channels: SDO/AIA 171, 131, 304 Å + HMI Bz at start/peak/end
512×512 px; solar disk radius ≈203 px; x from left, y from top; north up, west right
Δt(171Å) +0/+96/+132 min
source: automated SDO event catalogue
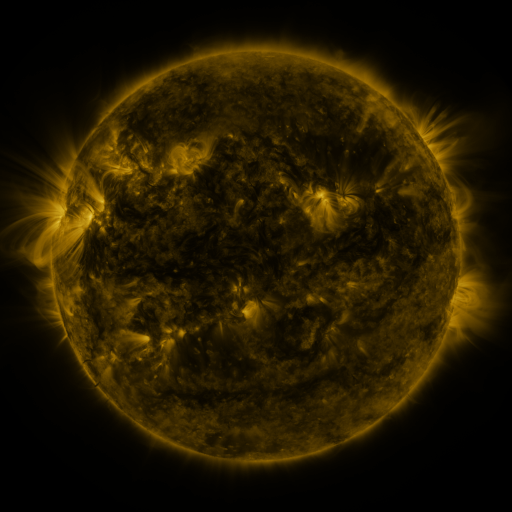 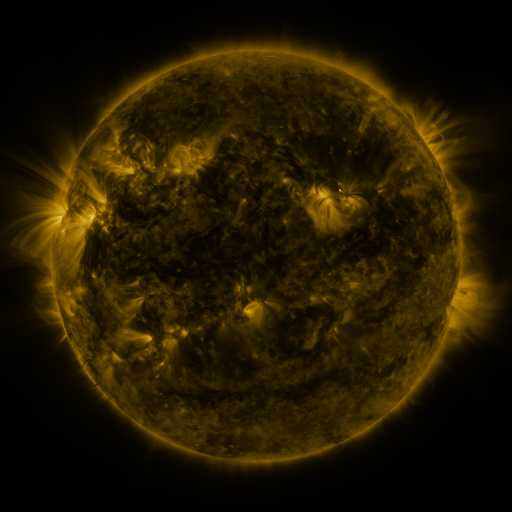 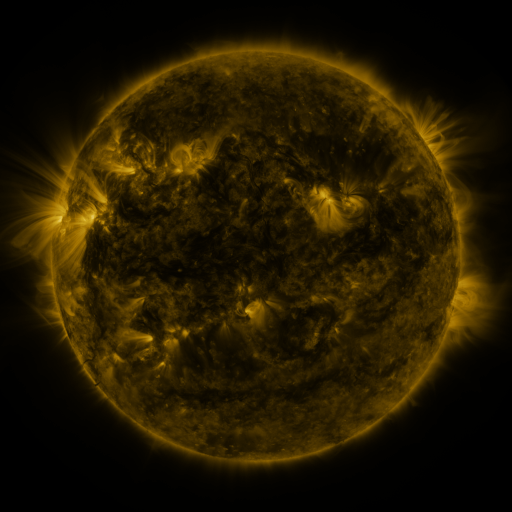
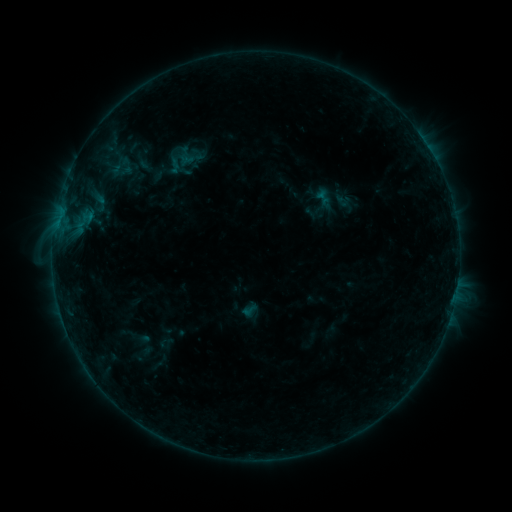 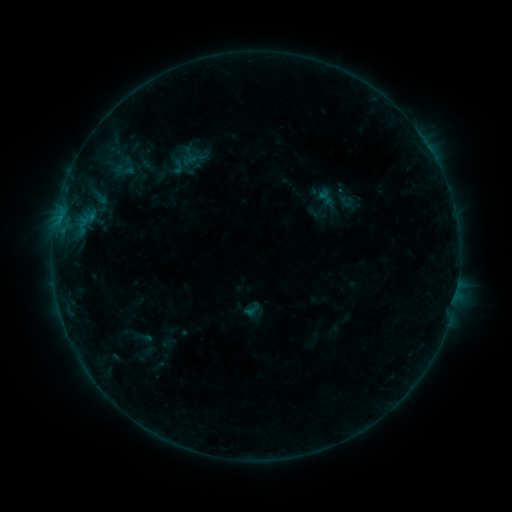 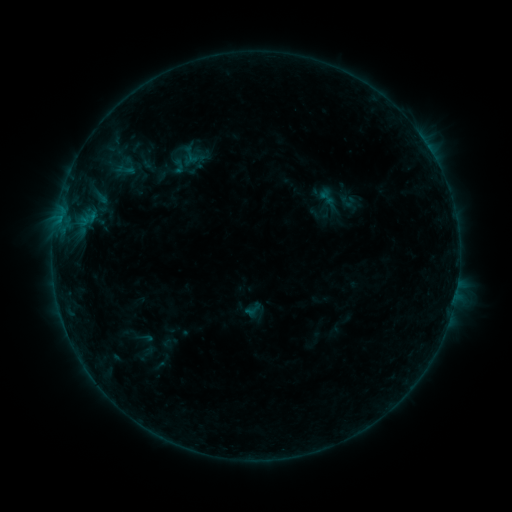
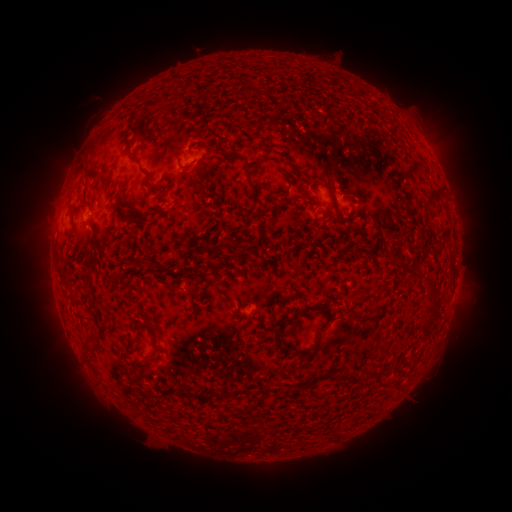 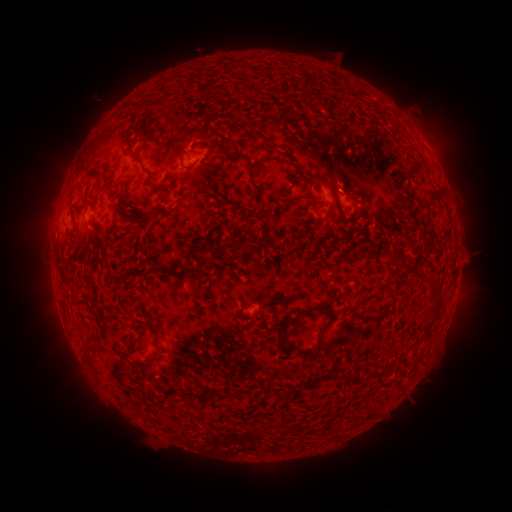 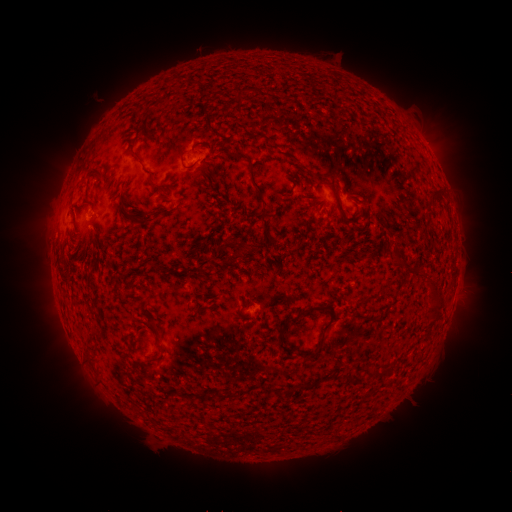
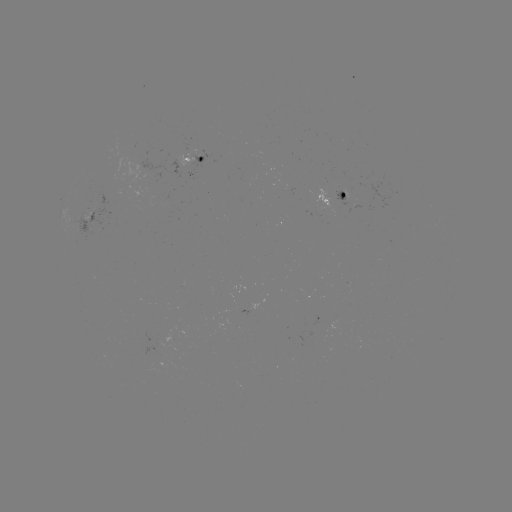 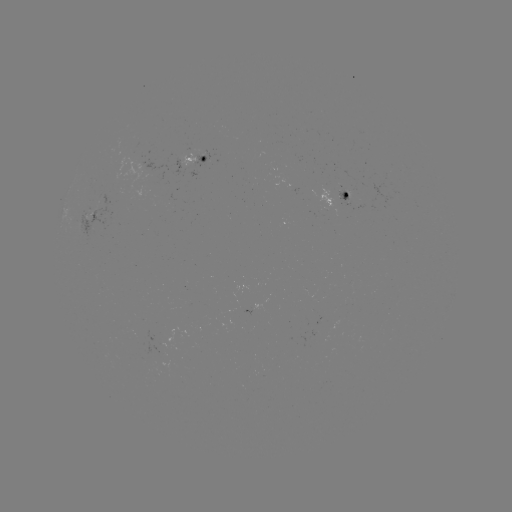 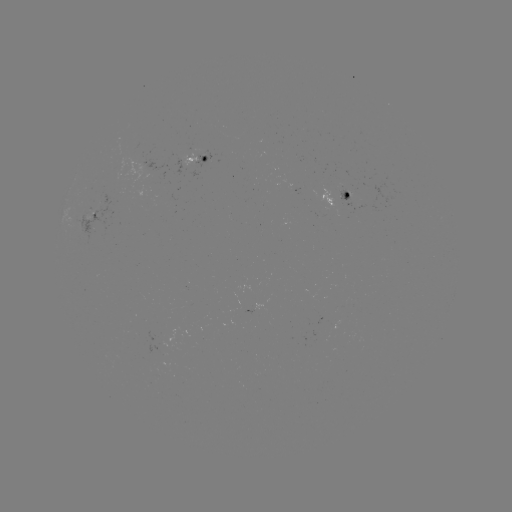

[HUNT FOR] emerging-flux region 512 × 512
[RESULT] [342, 190]